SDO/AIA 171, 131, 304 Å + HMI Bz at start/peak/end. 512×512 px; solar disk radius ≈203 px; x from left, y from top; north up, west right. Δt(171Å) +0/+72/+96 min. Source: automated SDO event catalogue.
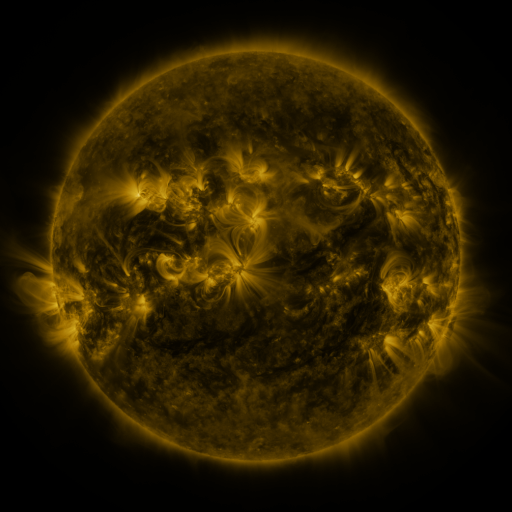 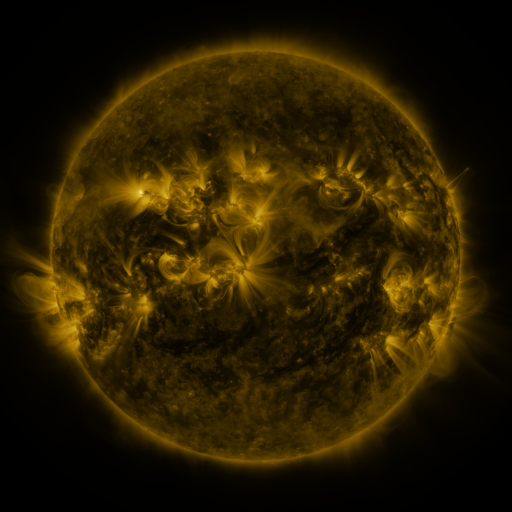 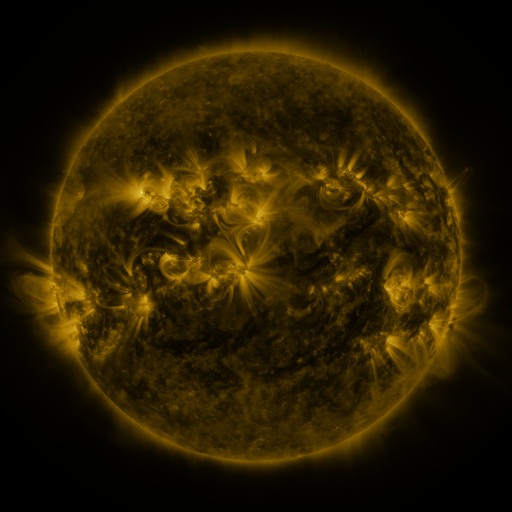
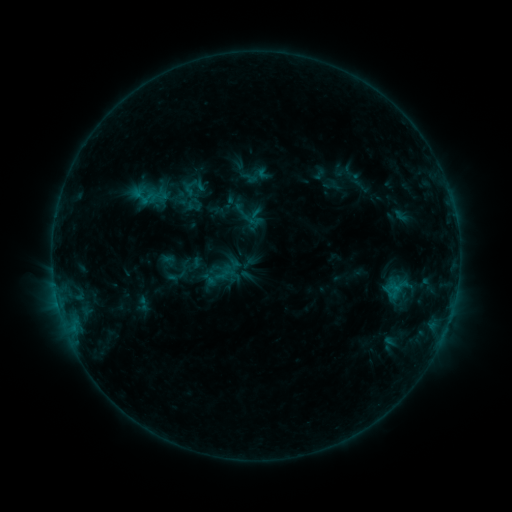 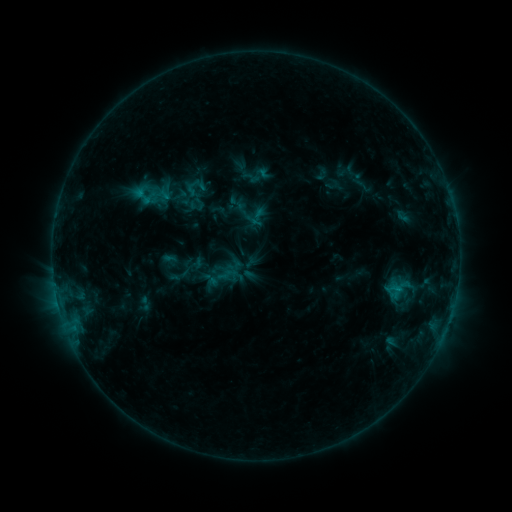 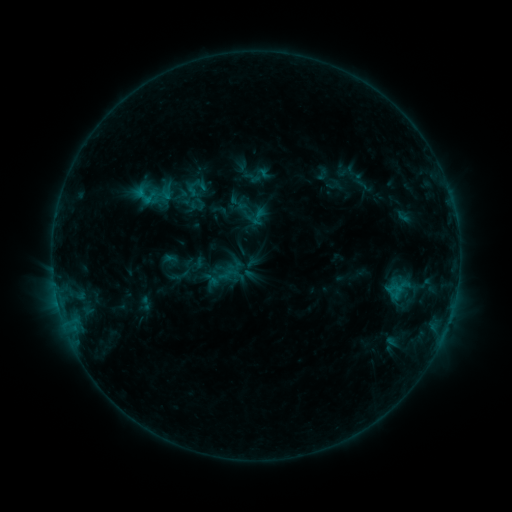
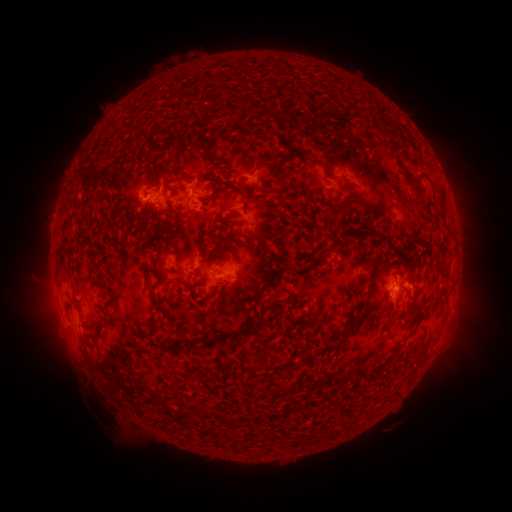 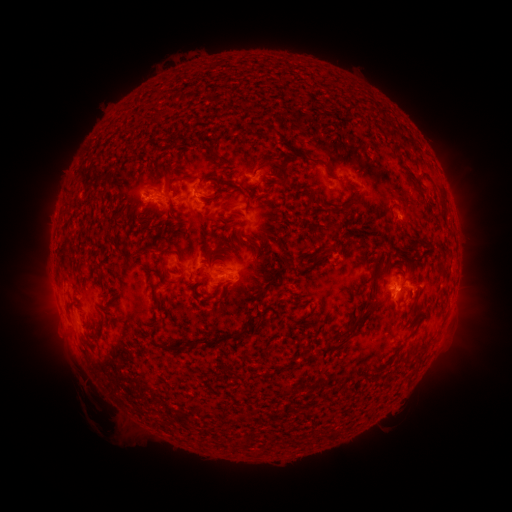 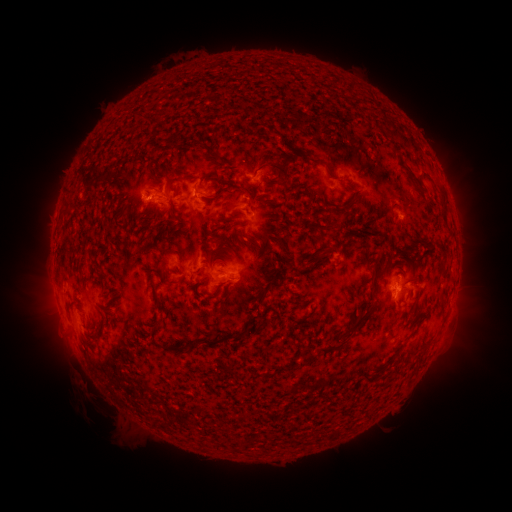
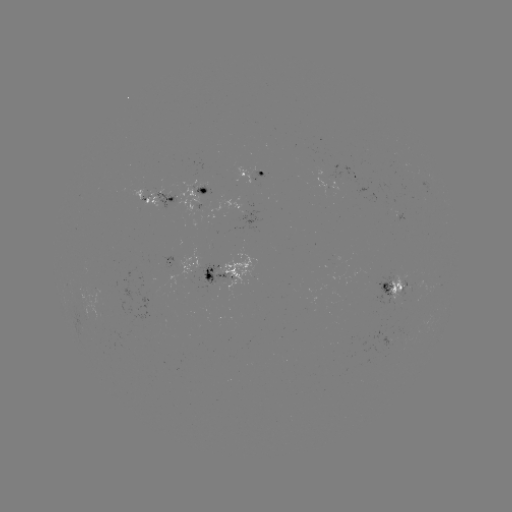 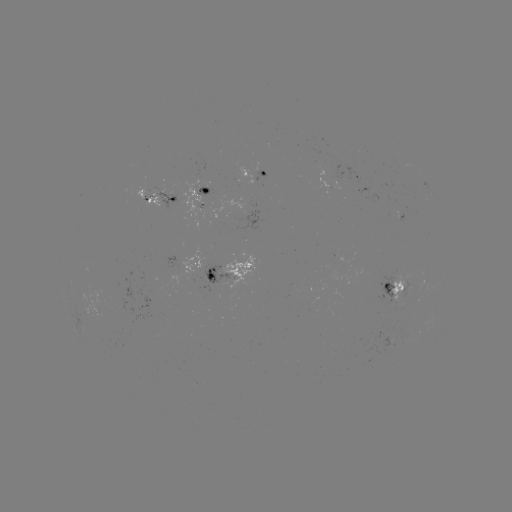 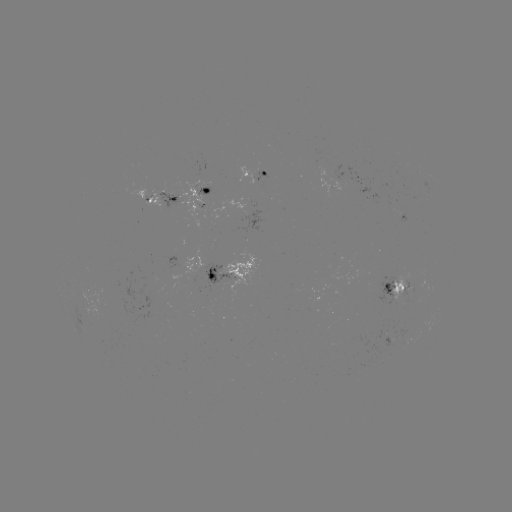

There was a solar emerging-flux region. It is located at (264, 174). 